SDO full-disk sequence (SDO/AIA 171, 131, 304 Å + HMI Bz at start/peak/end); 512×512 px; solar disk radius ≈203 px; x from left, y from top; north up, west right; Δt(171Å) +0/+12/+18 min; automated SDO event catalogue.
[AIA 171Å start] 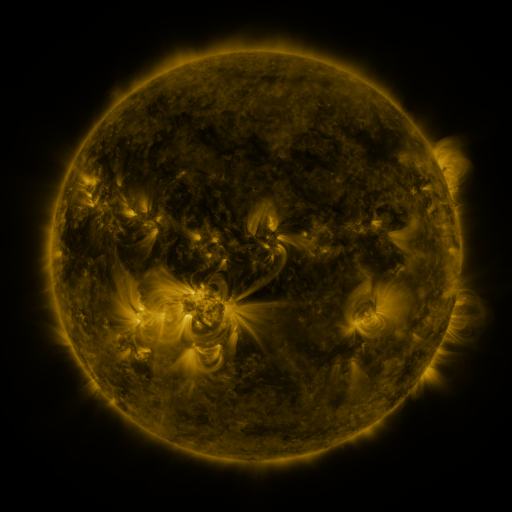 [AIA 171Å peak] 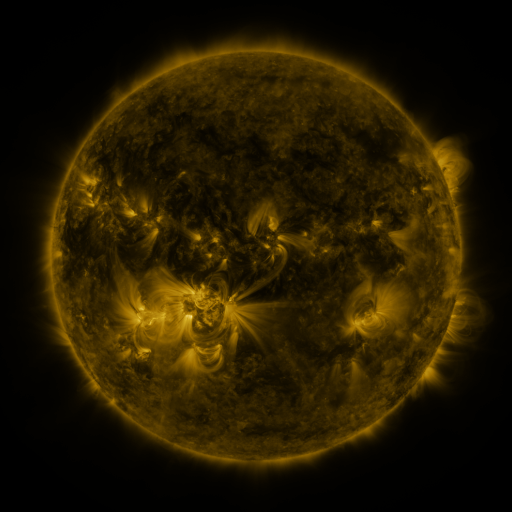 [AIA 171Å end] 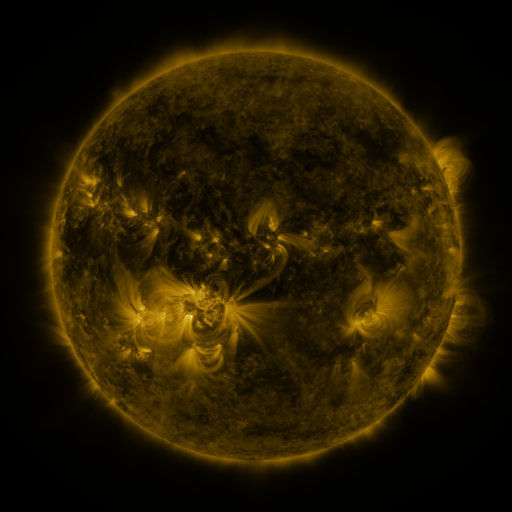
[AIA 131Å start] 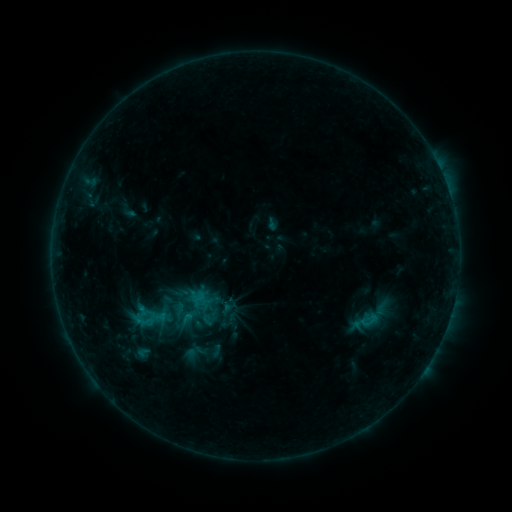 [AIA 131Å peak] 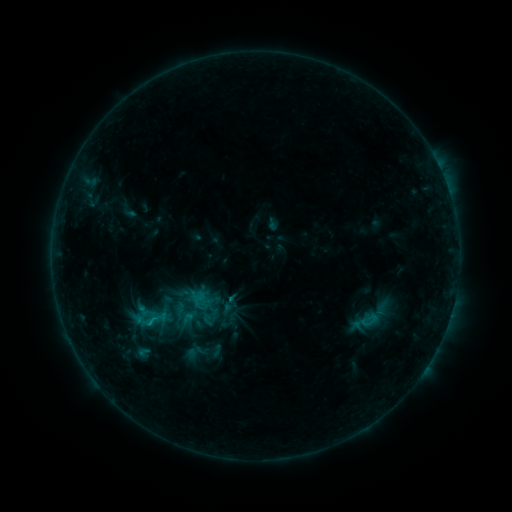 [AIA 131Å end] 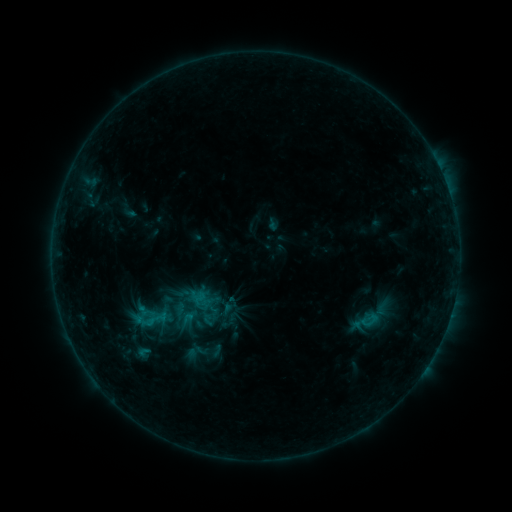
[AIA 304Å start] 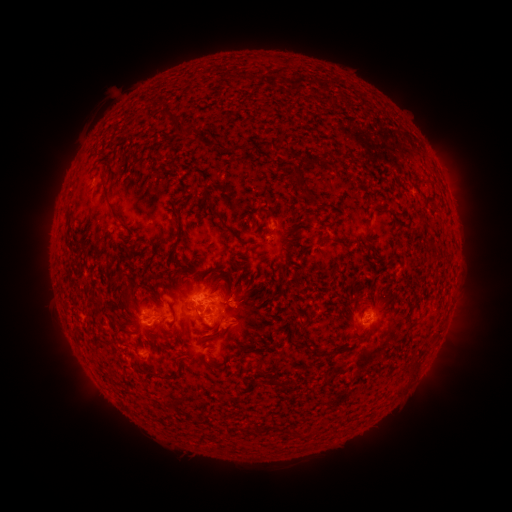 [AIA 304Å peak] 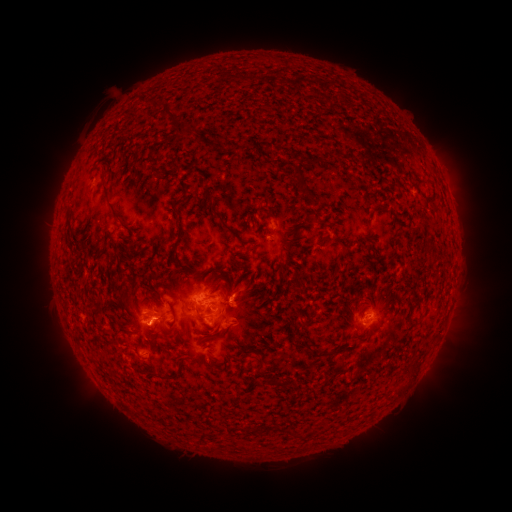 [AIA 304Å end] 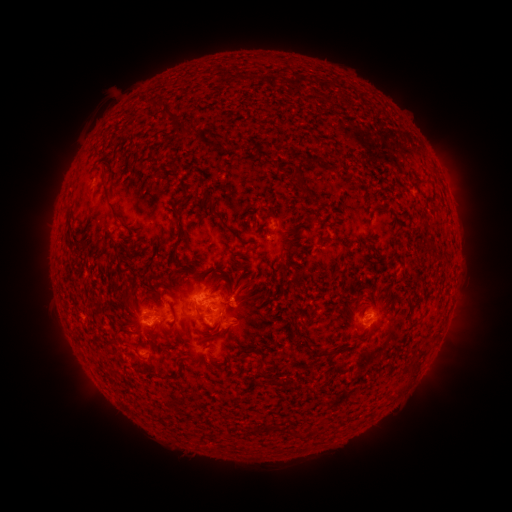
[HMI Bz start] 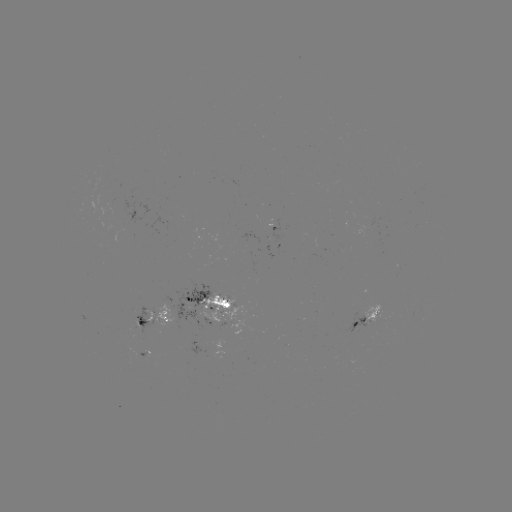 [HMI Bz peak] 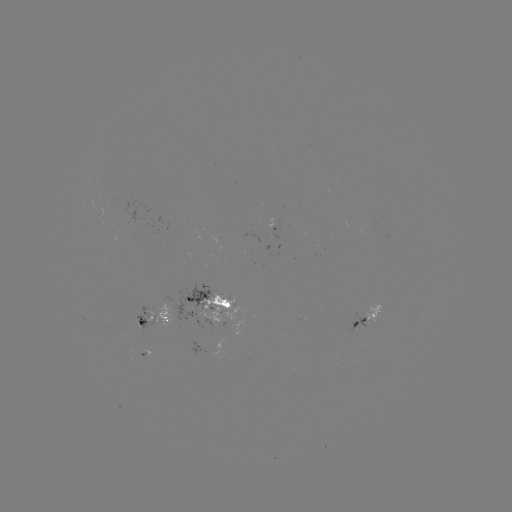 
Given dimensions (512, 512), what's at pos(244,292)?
eruption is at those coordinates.